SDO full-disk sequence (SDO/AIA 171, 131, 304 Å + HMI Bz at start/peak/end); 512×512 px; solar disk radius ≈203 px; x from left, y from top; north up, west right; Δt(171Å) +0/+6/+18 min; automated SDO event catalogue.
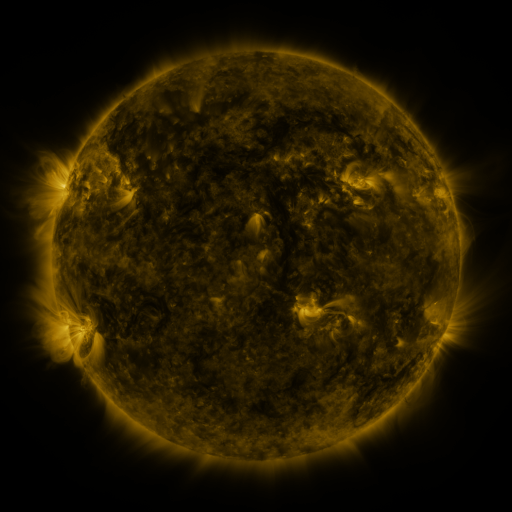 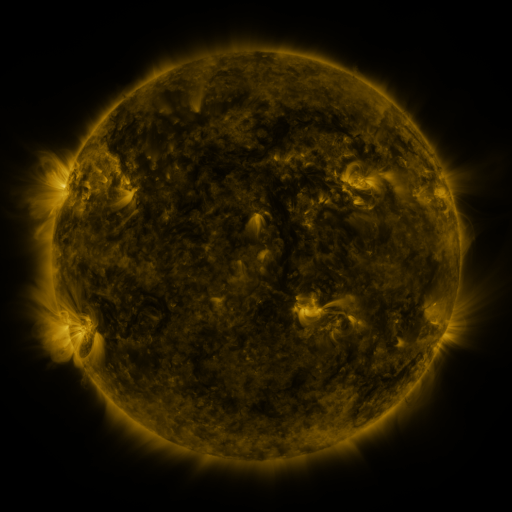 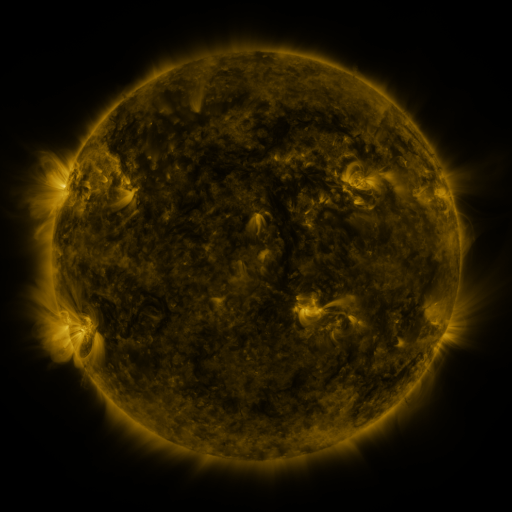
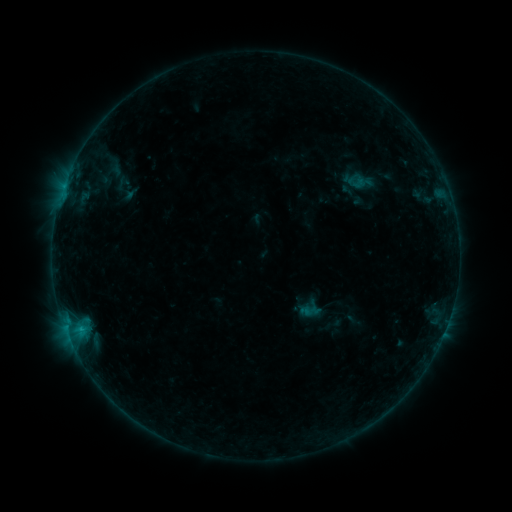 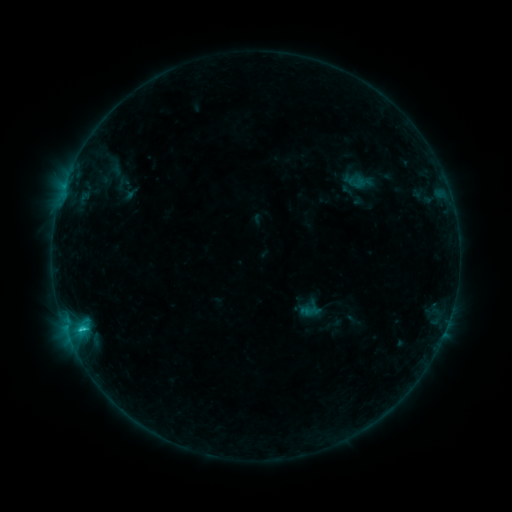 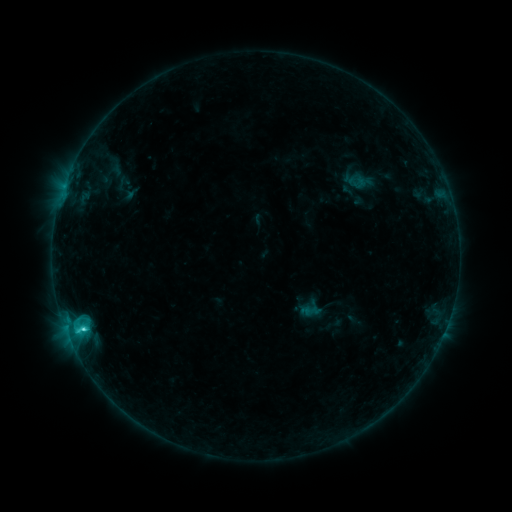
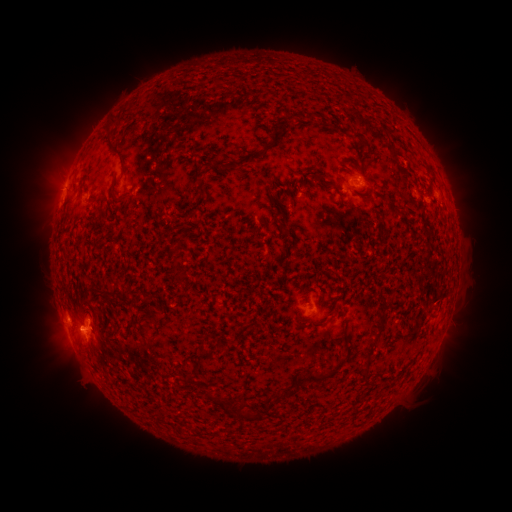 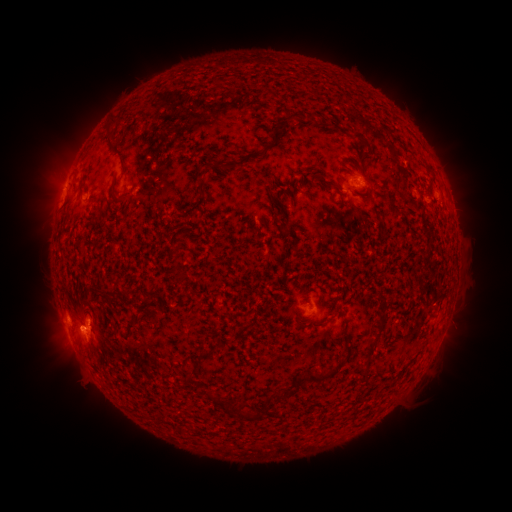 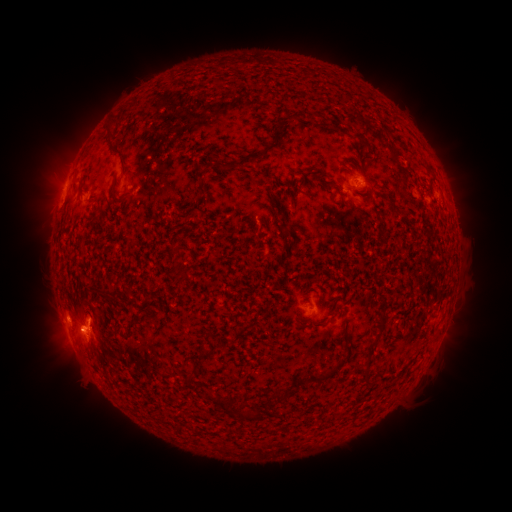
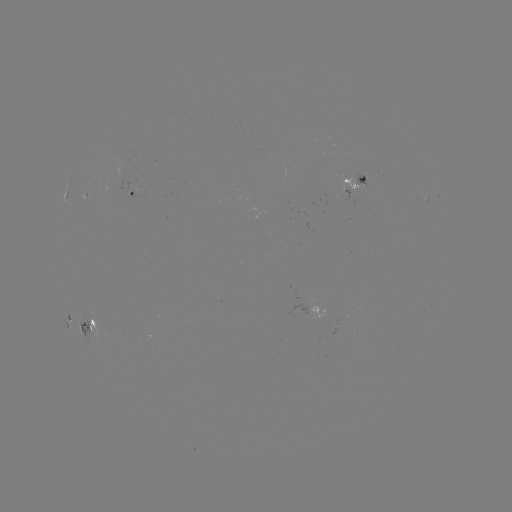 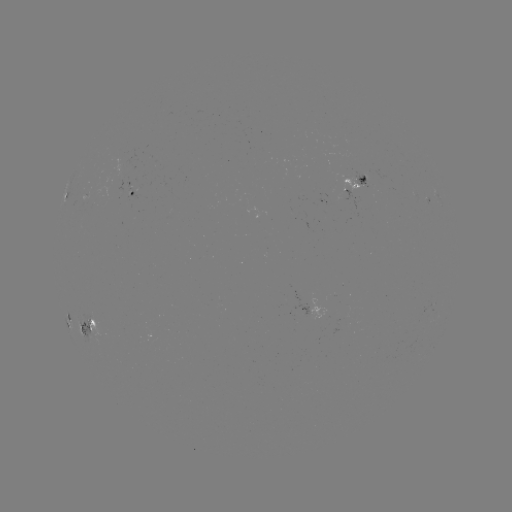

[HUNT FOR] C2.1 flare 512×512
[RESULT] (83, 327)